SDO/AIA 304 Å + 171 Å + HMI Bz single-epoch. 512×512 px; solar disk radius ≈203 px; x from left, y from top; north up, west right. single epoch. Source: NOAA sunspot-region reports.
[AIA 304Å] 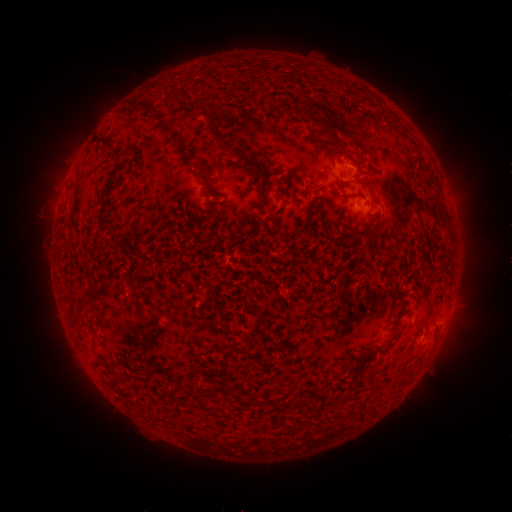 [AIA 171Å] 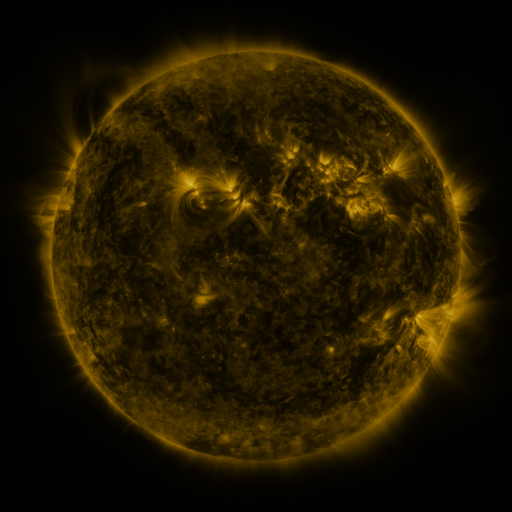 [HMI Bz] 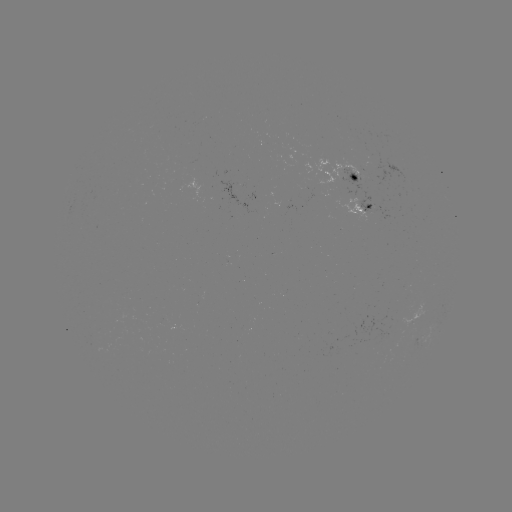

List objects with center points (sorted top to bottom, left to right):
spotted active region: (350, 178)
spotted active region: (366, 209)
